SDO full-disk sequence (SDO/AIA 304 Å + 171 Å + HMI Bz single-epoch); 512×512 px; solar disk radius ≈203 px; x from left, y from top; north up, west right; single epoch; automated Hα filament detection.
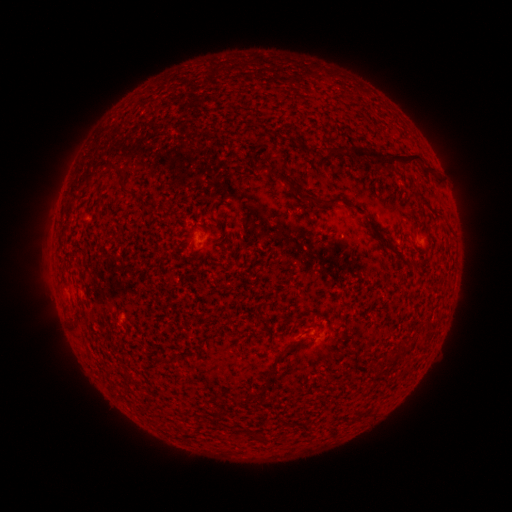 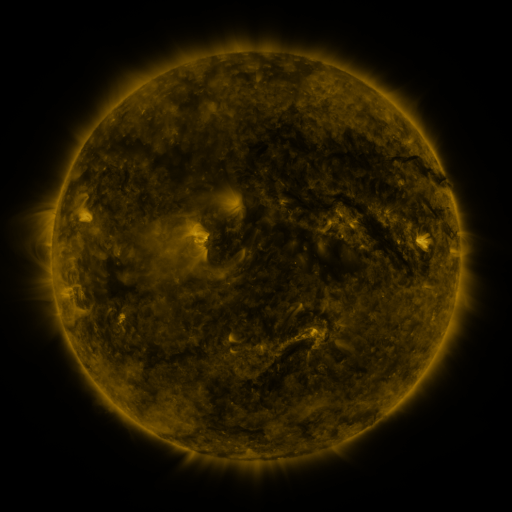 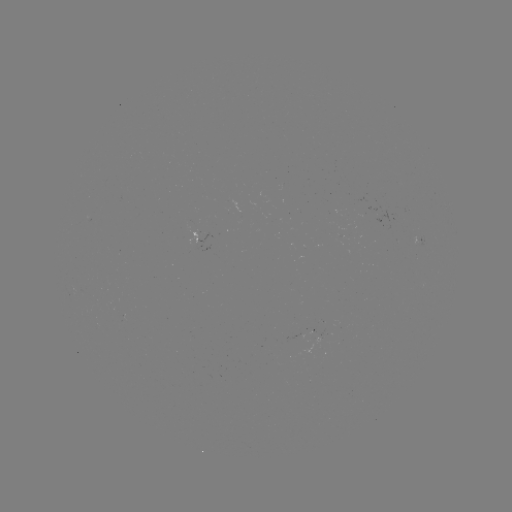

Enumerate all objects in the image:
filament: (385, 158)
filament: (265, 167)
filament: (117, 168)
filament: (430, 169)
filament: (278, 176)
filament: (303, 195)
filament: (139, 198)
filament: (335, 200)
filament: (281, 356)
filament: (271, 375)
filament: (258, 395)
filament: (261, 437)
